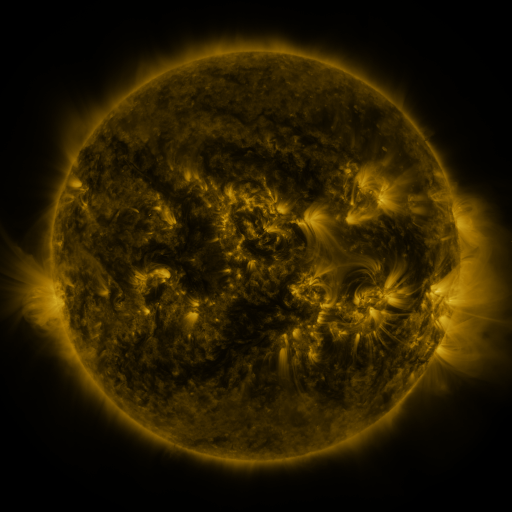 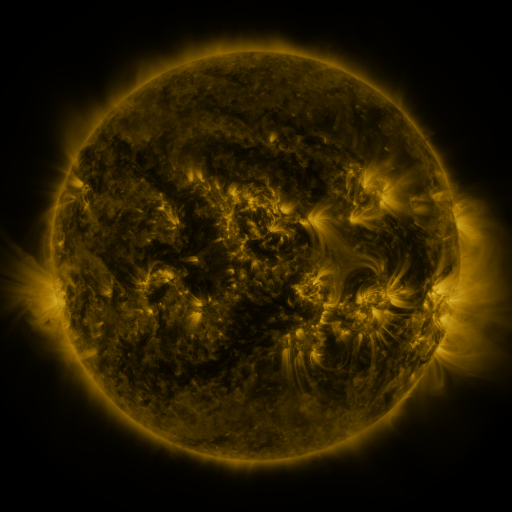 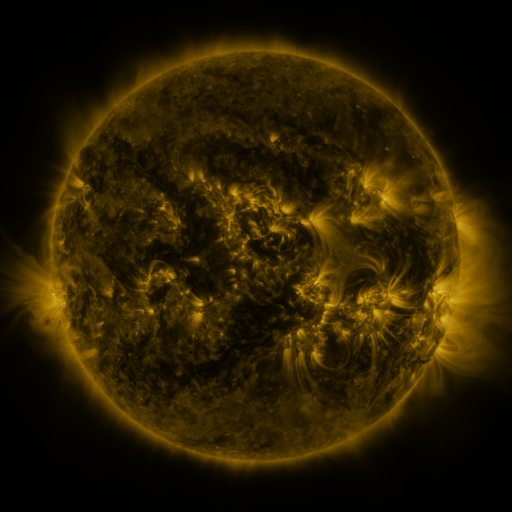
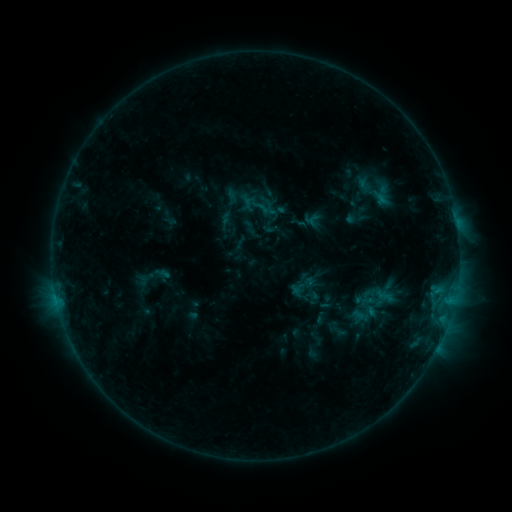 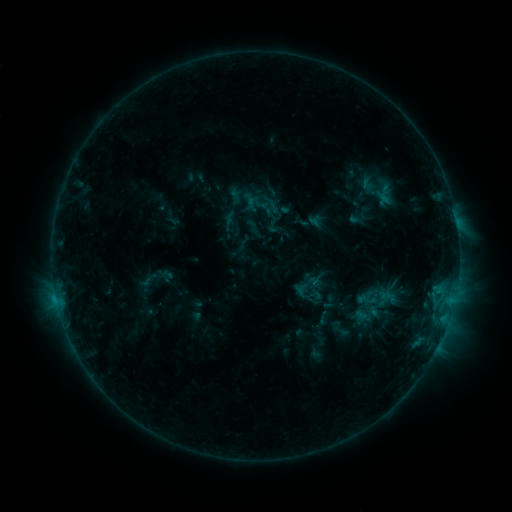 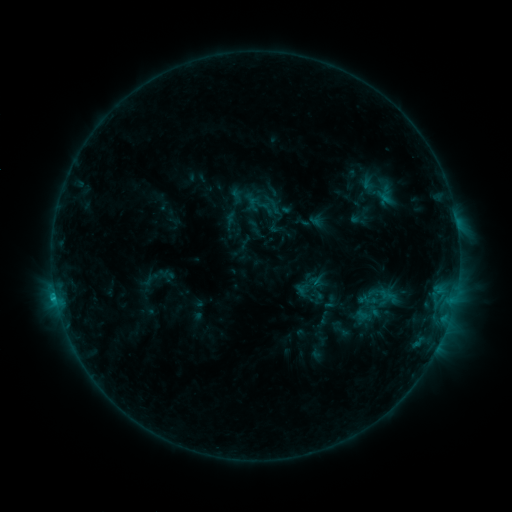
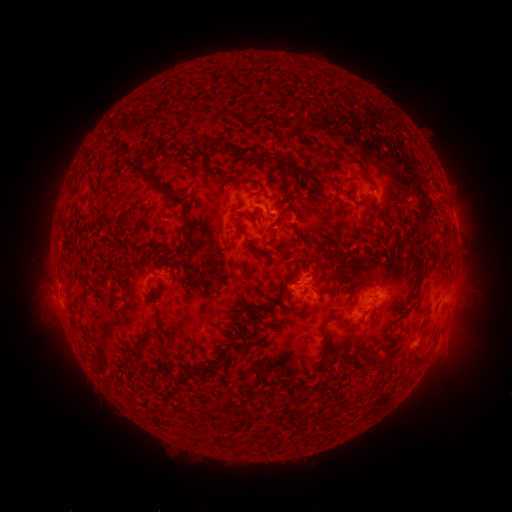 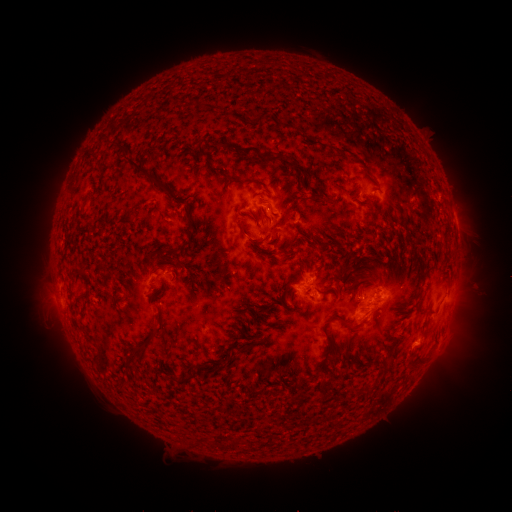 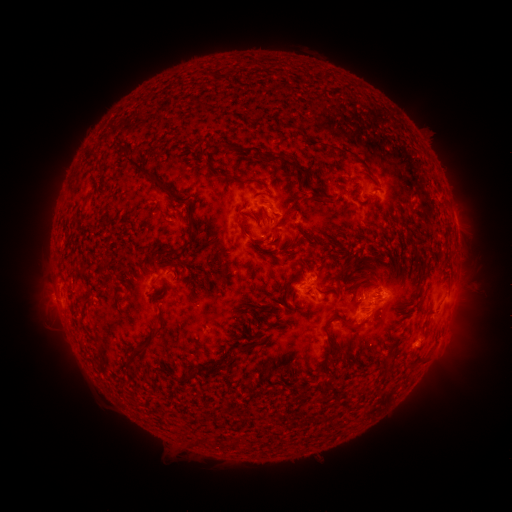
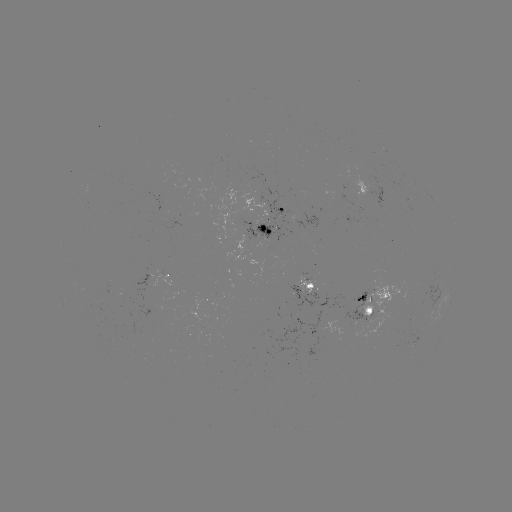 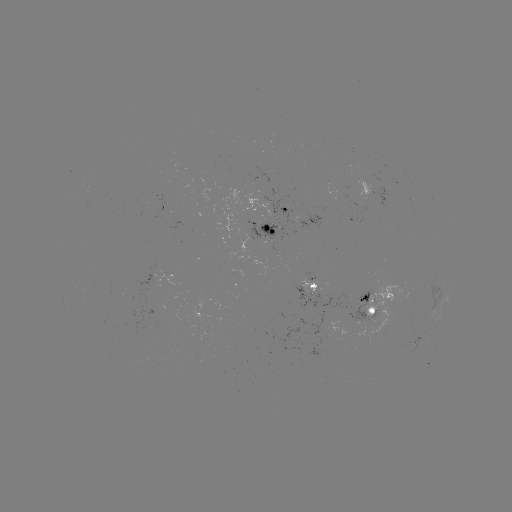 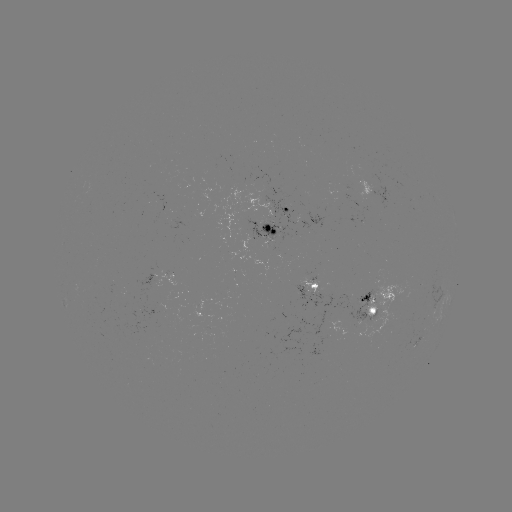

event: emerging-flux region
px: (265, 225)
